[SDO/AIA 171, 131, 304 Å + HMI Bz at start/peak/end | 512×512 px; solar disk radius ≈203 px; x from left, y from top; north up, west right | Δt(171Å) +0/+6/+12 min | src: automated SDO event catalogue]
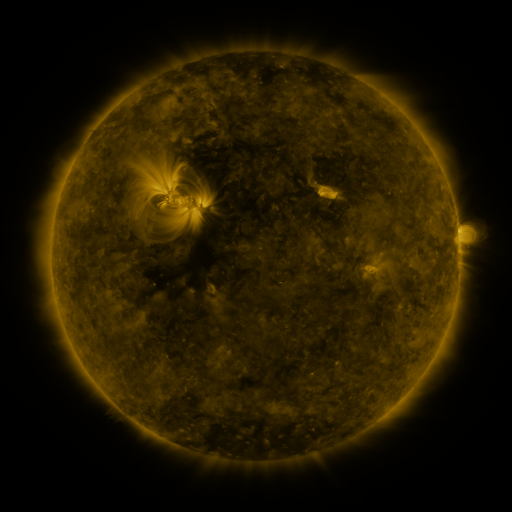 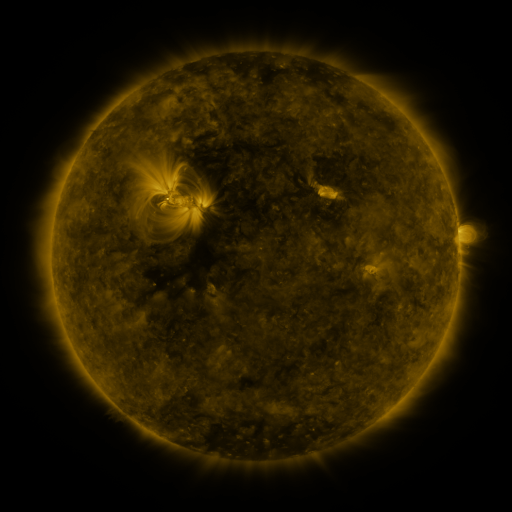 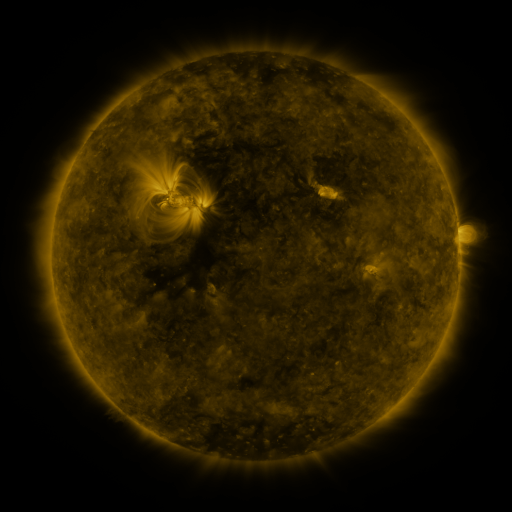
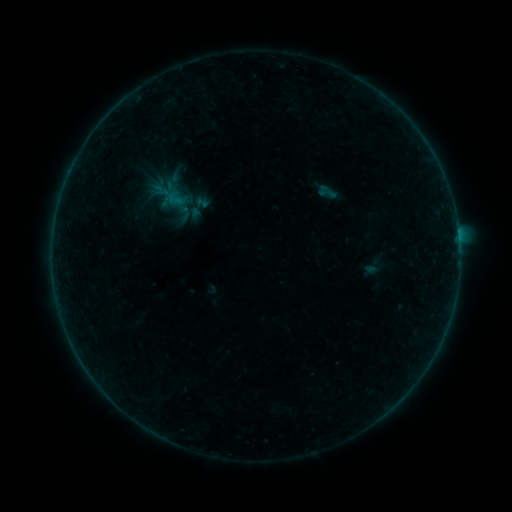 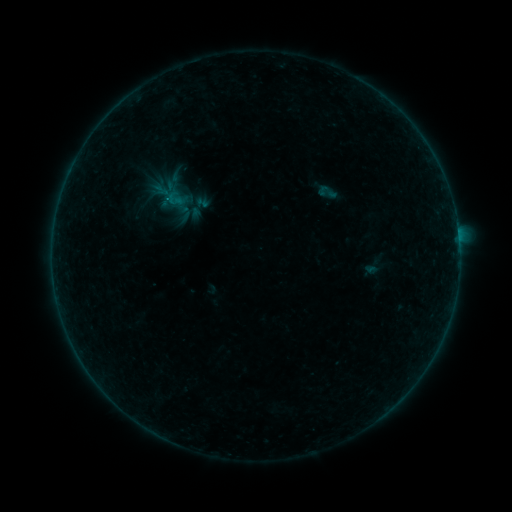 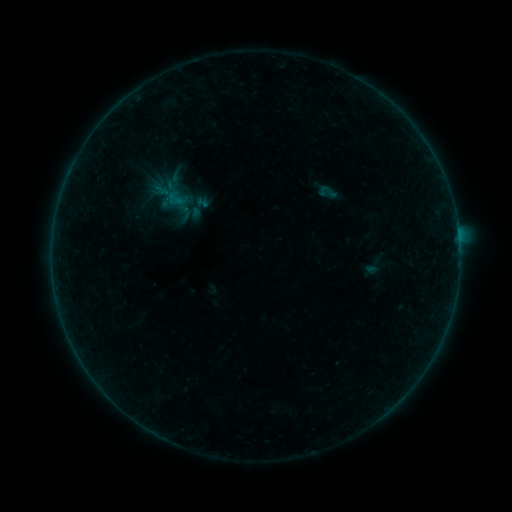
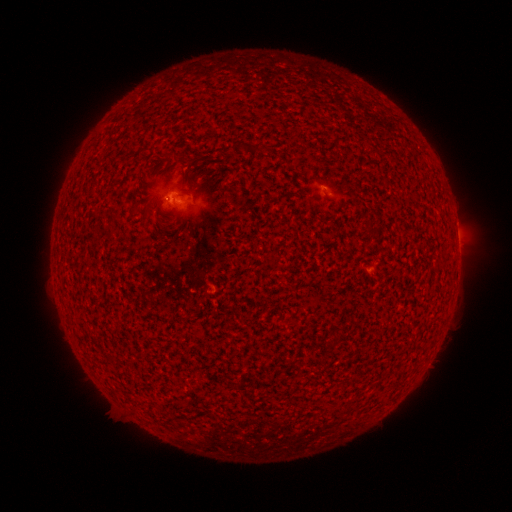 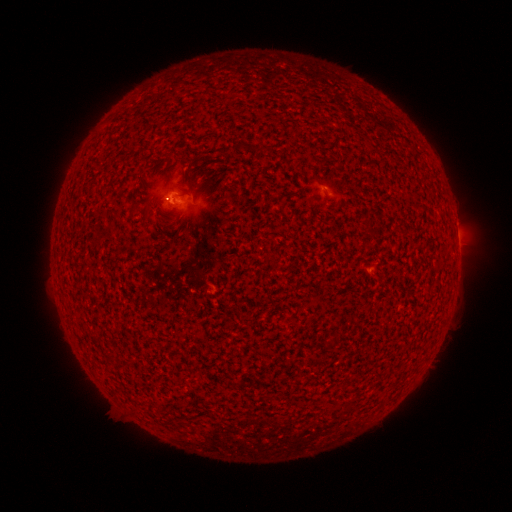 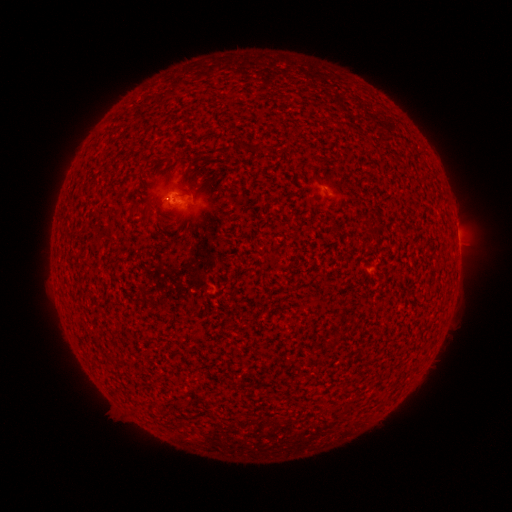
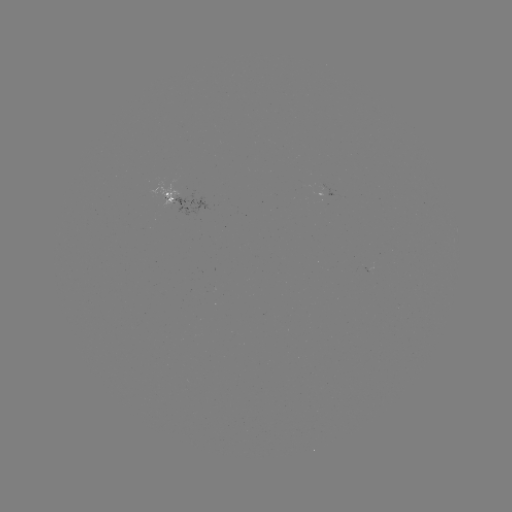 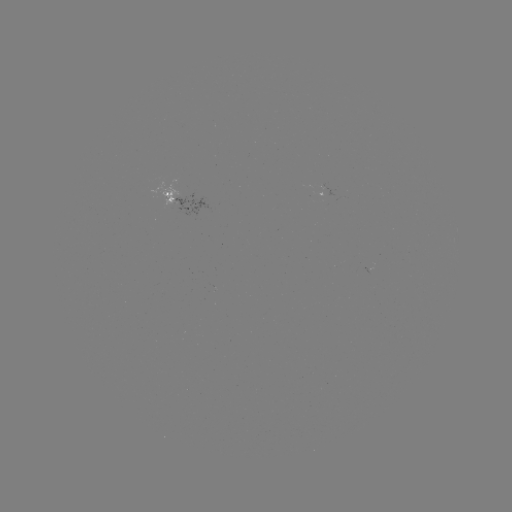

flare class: B1.1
